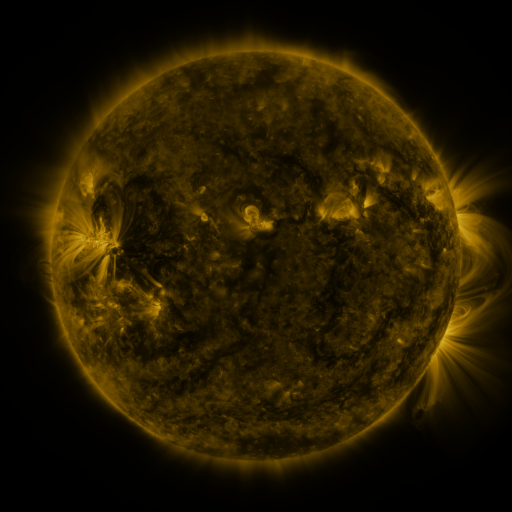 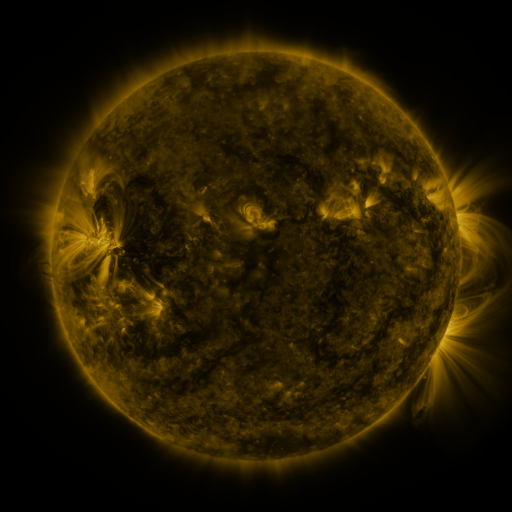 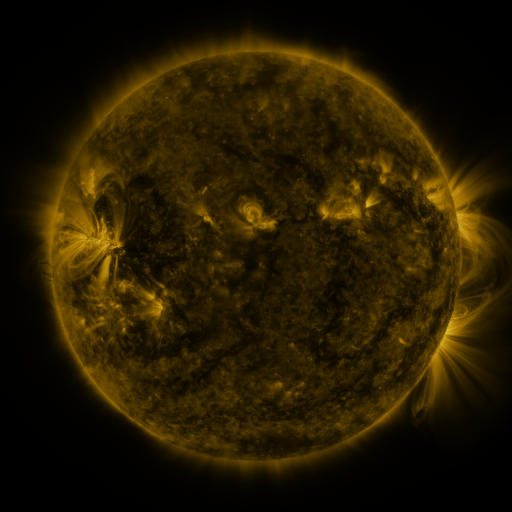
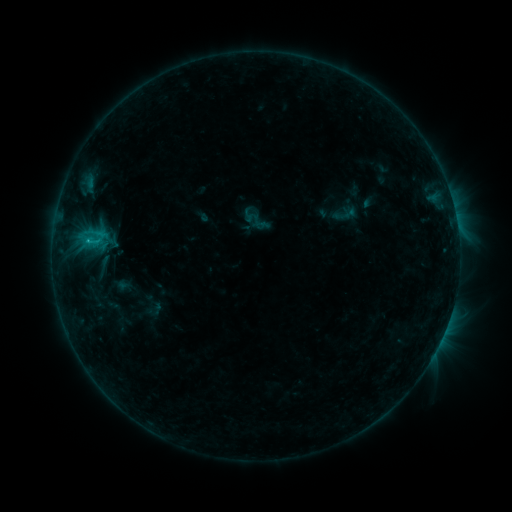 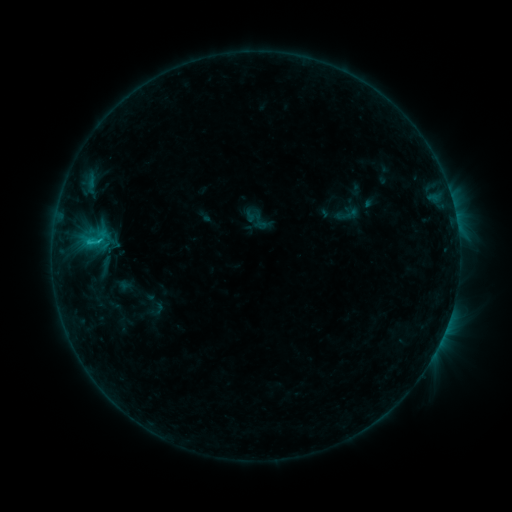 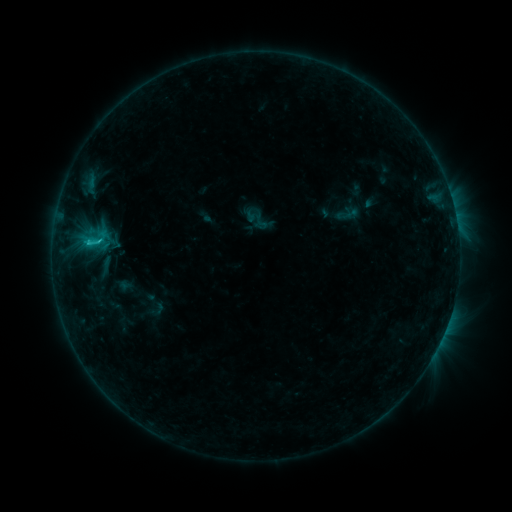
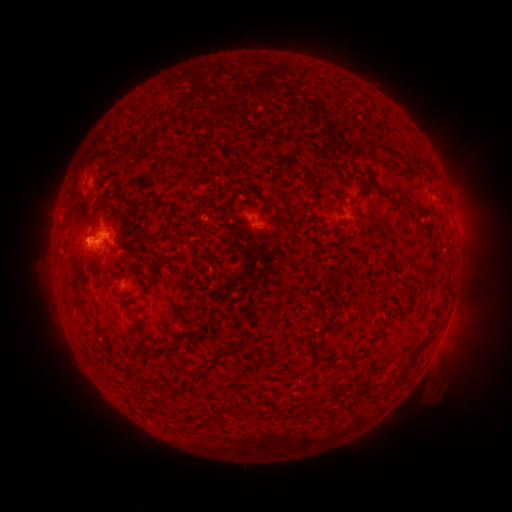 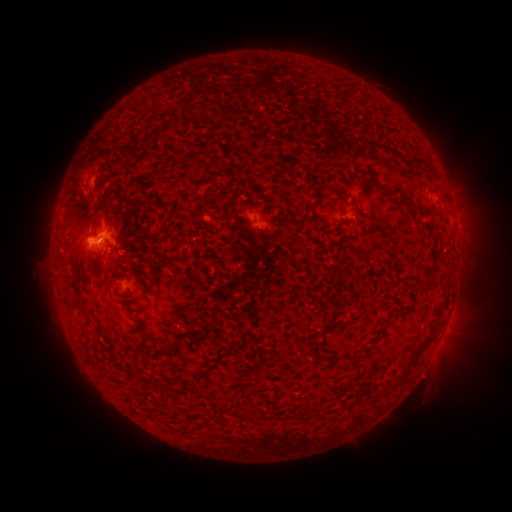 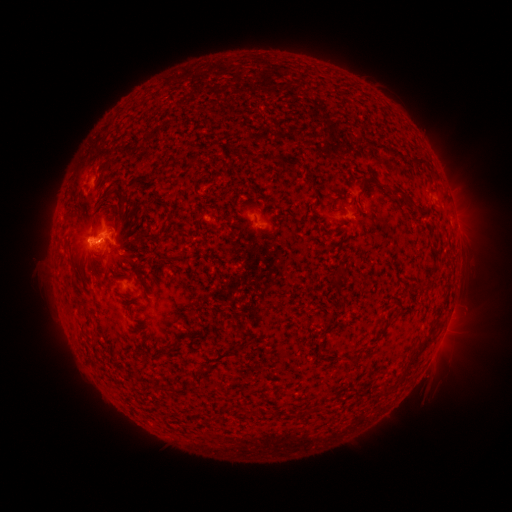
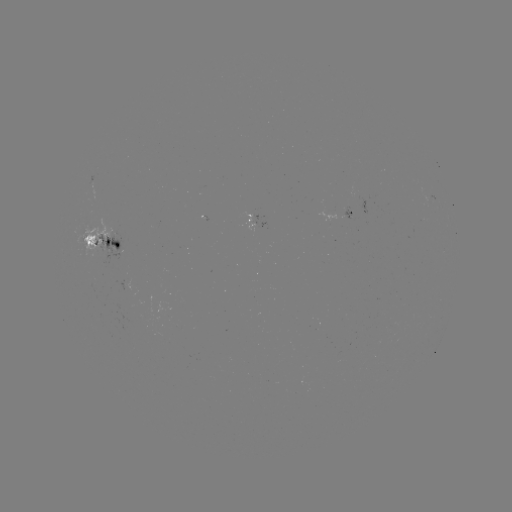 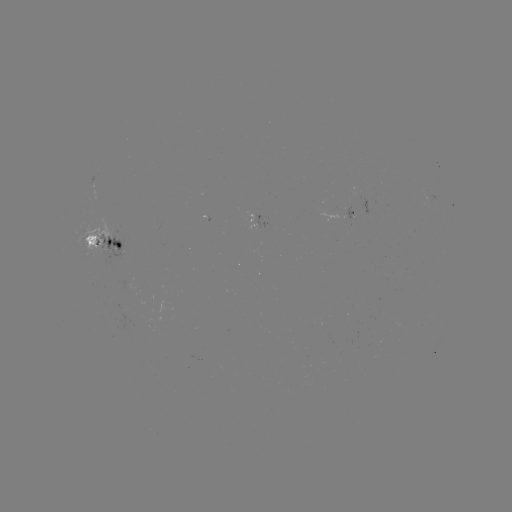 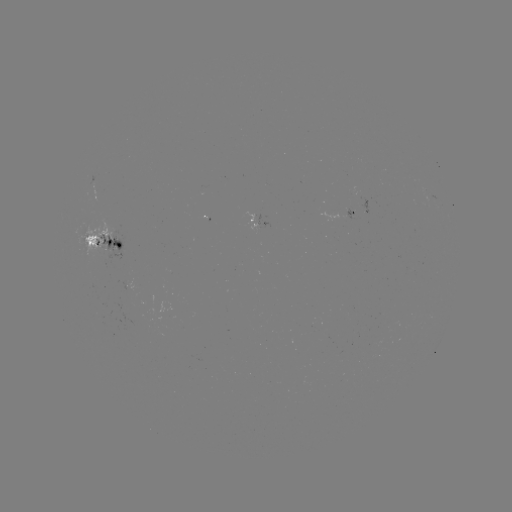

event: emerging-flux region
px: (104, 235)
